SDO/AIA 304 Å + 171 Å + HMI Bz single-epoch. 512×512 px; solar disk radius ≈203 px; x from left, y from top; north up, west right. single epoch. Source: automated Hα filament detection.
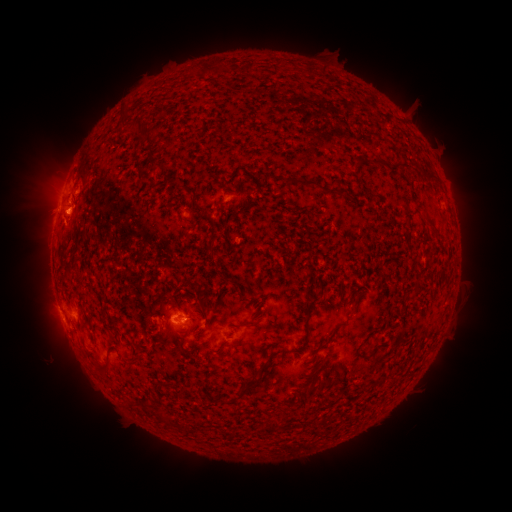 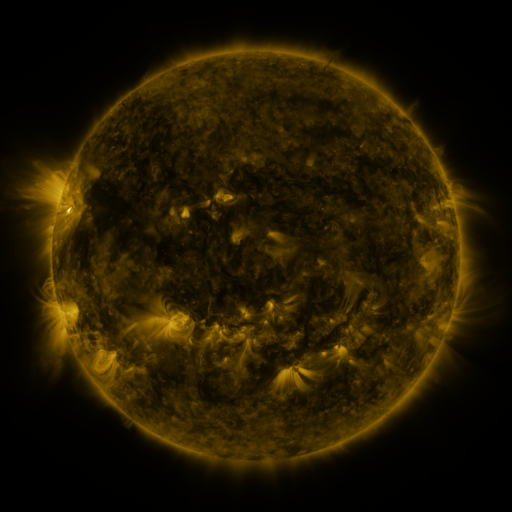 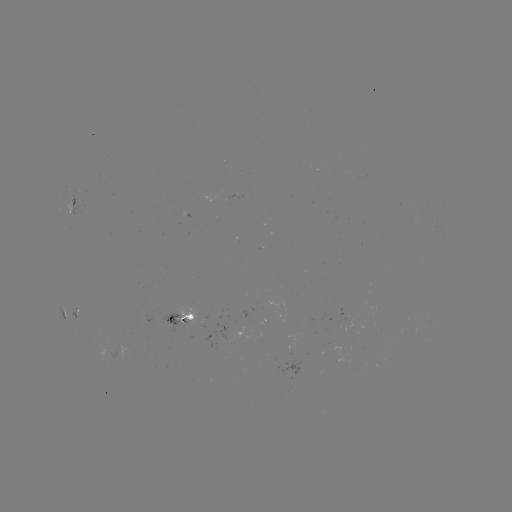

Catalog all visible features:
filament: <bbox>136, 118, 146, 128</bbox>
filament: <bbox>375, 160, 385, 167</bbox>
filament: <bbox>390, 163, 411, 175</bbox>
filament: <bbox>285, 177, 318, 188</bbox>
filament: <bbox>425, 218, 435, 229</bbox>
filament: <bbox>306, 297, 320, 307</bbox>
filament: <bbox>200, 308, 207, 321</bbox>
filament: <bbox>247, 319, 259, 328</bbox>
filament: <bbox>303, 324, 309, 336</bbox>
filament: <bbox>244, 377, 256, 387</bbox>
filament: <bbox>372, 380, 383, 387</bbox>
filament: <bbox>238, 386, 247, 395</bbox>
